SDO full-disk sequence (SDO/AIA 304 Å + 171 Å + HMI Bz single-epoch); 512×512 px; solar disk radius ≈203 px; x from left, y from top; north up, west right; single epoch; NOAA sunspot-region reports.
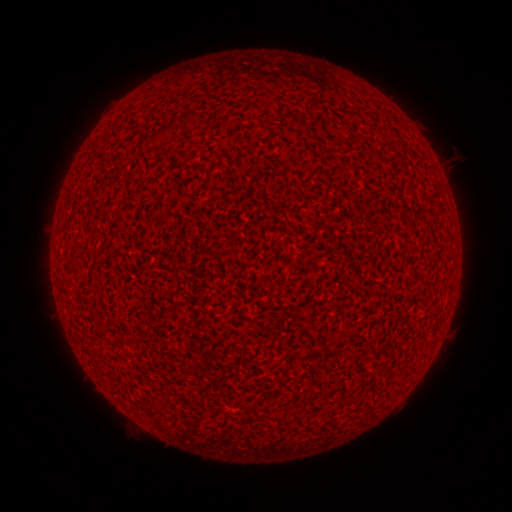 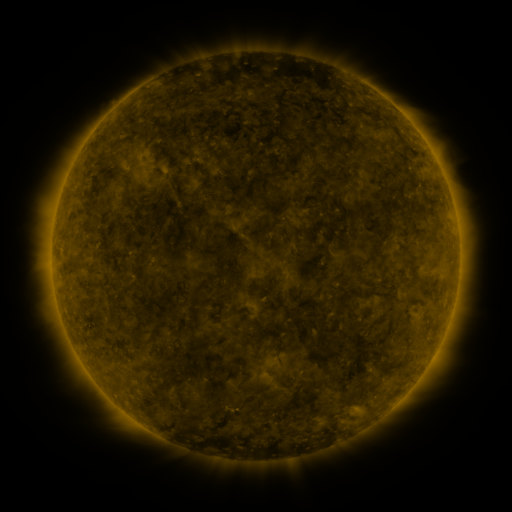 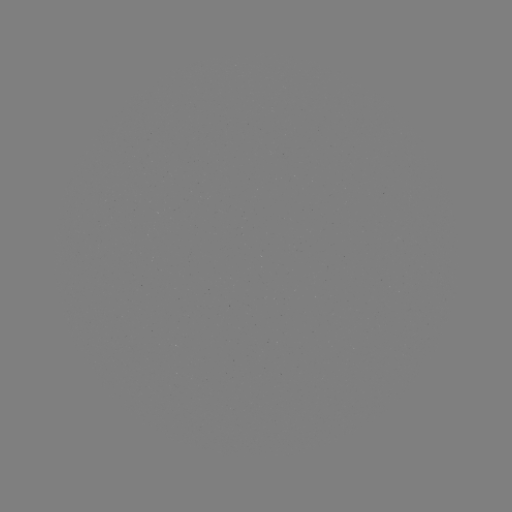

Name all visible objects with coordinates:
(none)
